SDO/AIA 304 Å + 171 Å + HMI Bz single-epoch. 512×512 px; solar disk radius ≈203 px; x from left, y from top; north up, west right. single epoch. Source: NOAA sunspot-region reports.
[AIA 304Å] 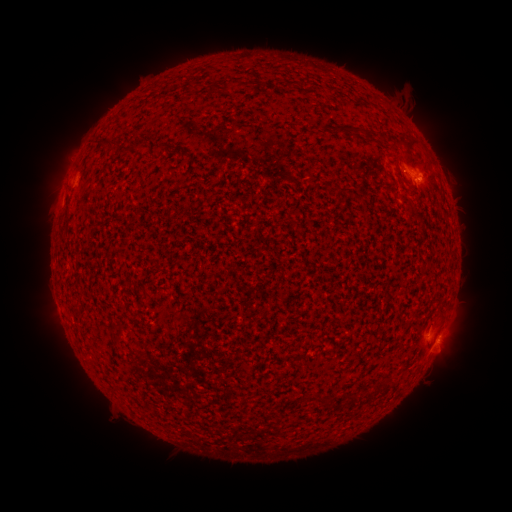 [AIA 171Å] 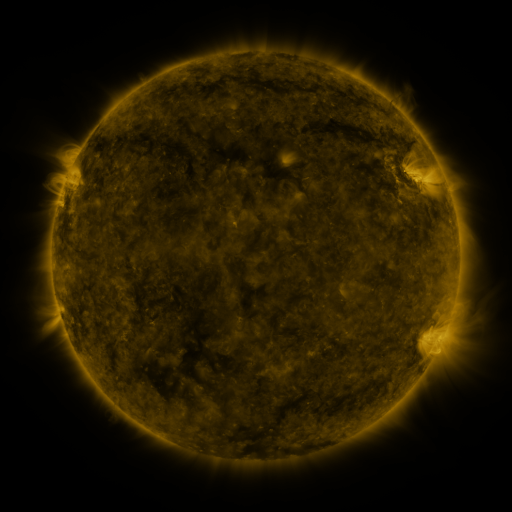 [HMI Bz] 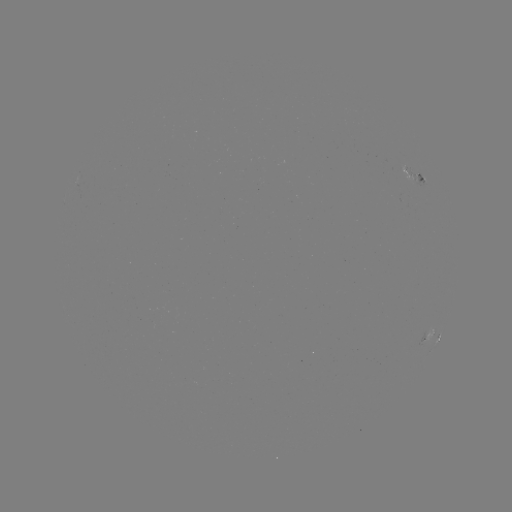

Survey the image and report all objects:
spotted active region: (413, 174)
spotted active region: (428, 336)
spotted active region: (440, 339)
